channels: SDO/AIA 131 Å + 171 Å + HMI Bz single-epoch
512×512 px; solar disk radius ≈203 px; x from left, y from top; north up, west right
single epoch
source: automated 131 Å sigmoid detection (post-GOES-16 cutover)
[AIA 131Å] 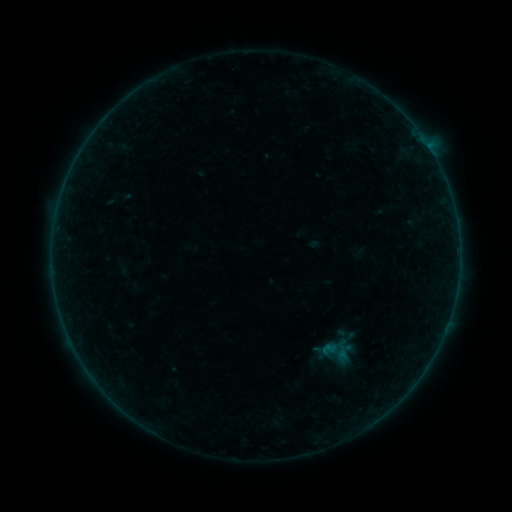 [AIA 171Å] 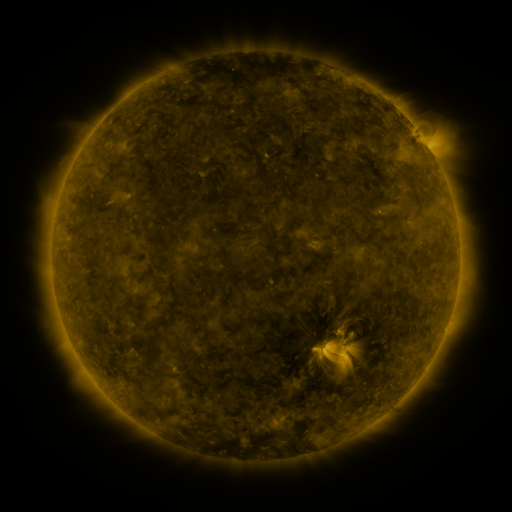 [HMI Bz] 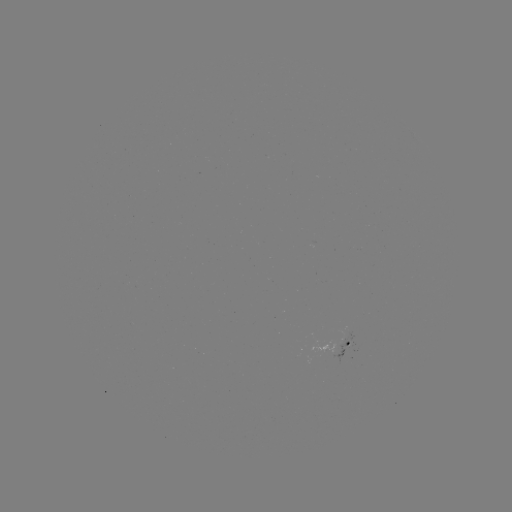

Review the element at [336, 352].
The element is sigmoid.